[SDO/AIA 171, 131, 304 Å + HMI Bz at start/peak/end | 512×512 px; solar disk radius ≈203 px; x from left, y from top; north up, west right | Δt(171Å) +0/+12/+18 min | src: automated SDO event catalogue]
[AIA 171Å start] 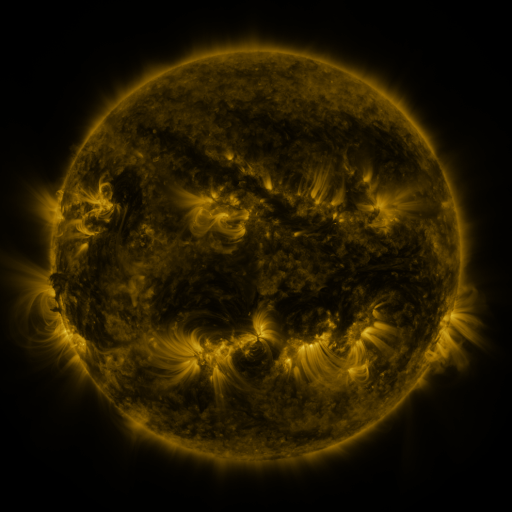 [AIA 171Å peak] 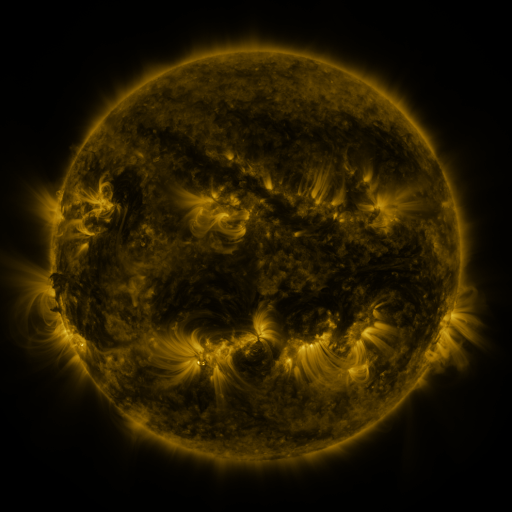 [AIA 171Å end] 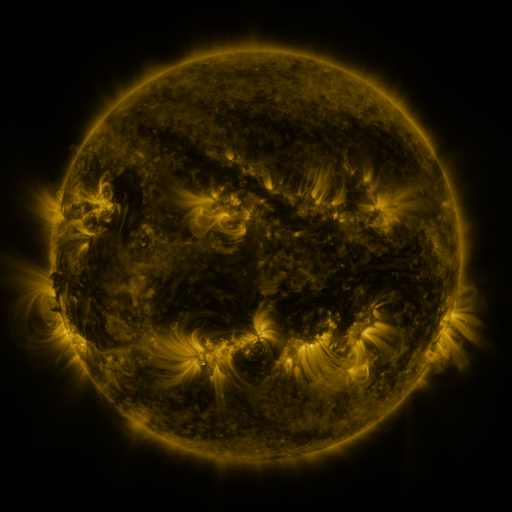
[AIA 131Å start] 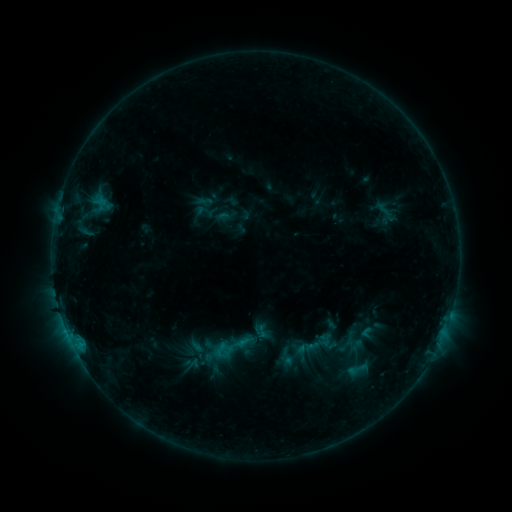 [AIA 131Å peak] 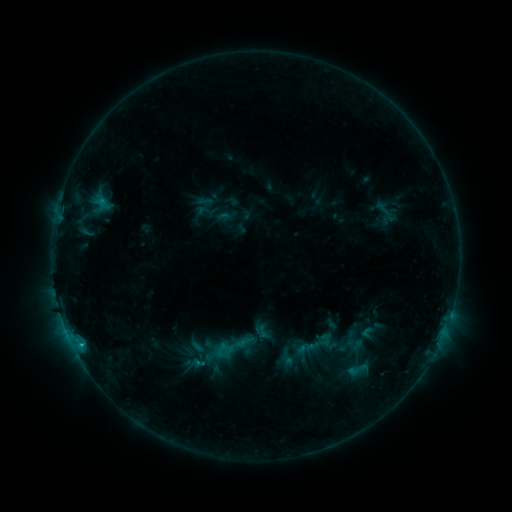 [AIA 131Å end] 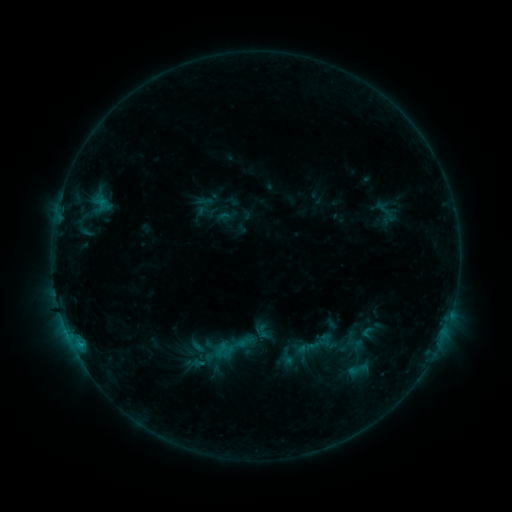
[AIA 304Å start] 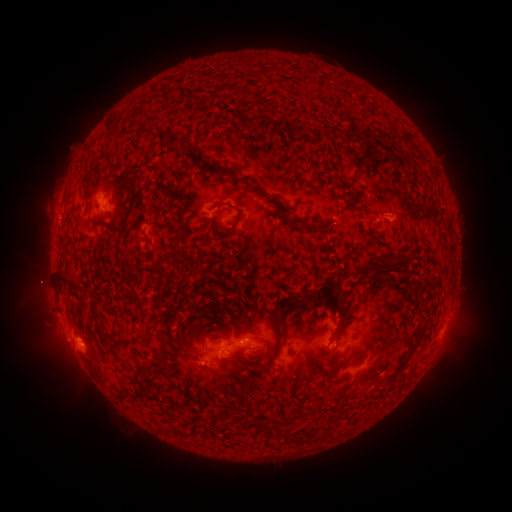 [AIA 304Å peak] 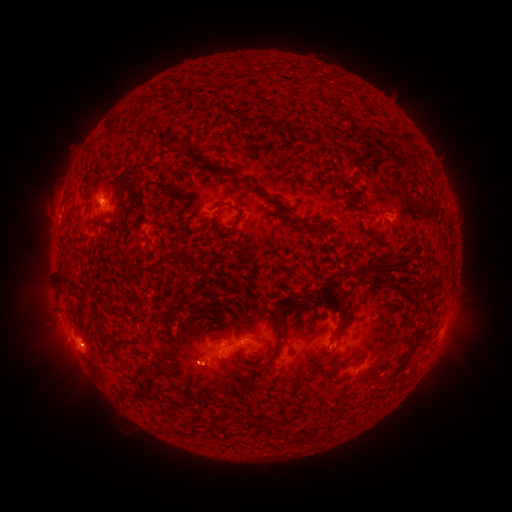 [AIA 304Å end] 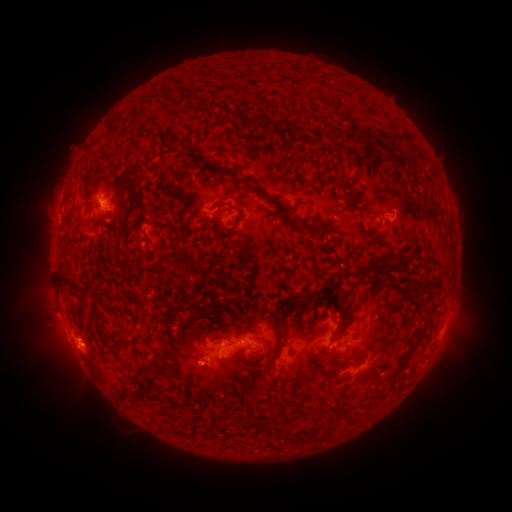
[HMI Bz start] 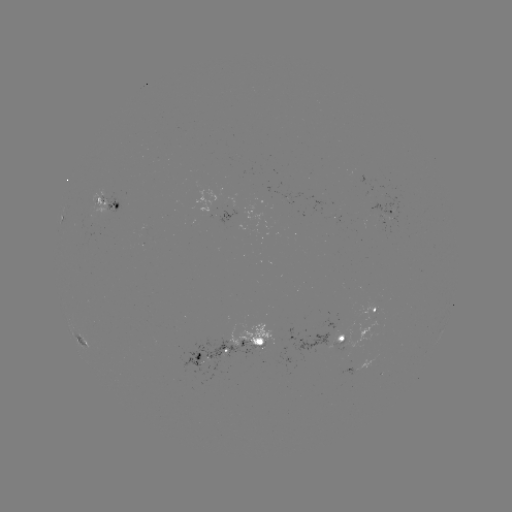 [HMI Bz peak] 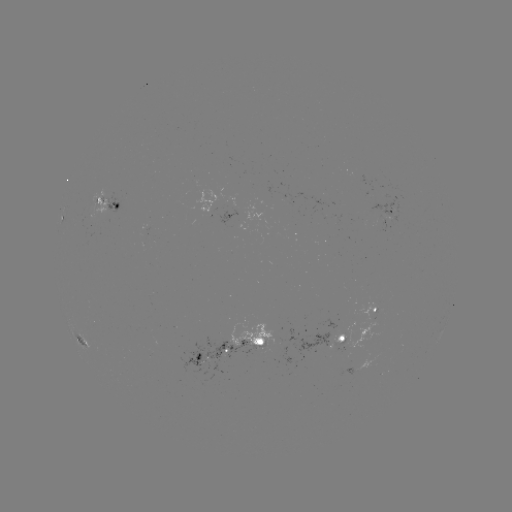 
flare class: C1.0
